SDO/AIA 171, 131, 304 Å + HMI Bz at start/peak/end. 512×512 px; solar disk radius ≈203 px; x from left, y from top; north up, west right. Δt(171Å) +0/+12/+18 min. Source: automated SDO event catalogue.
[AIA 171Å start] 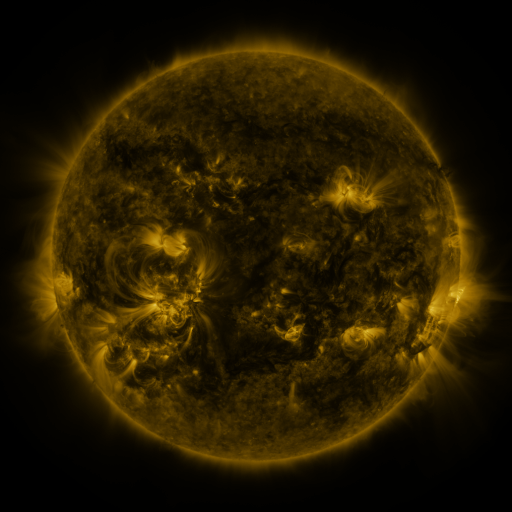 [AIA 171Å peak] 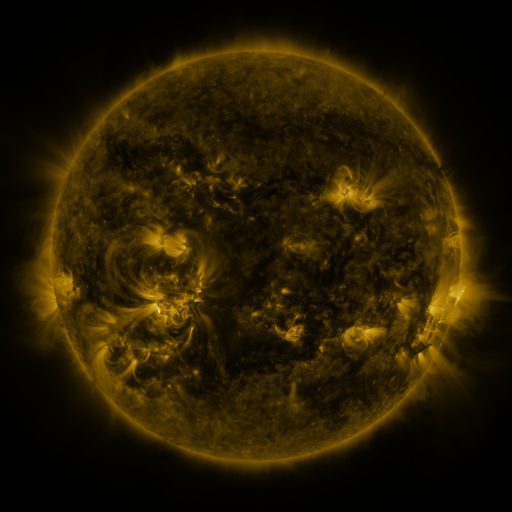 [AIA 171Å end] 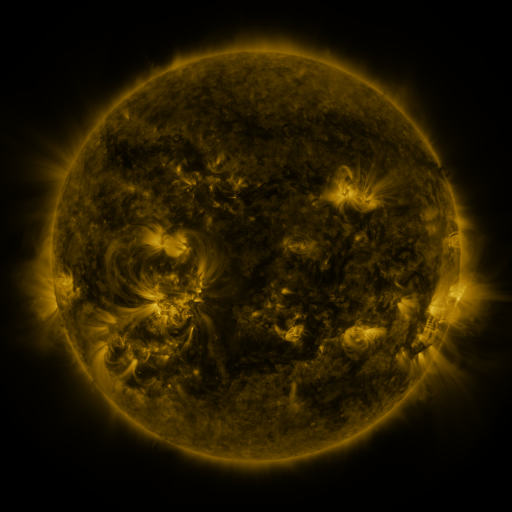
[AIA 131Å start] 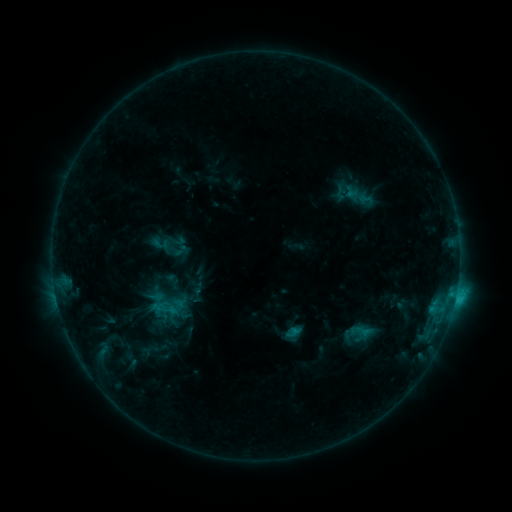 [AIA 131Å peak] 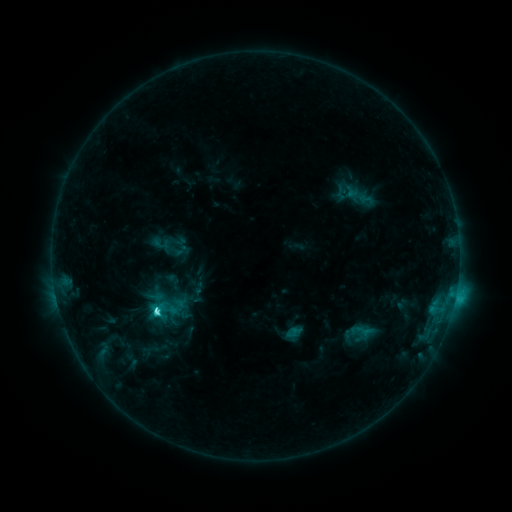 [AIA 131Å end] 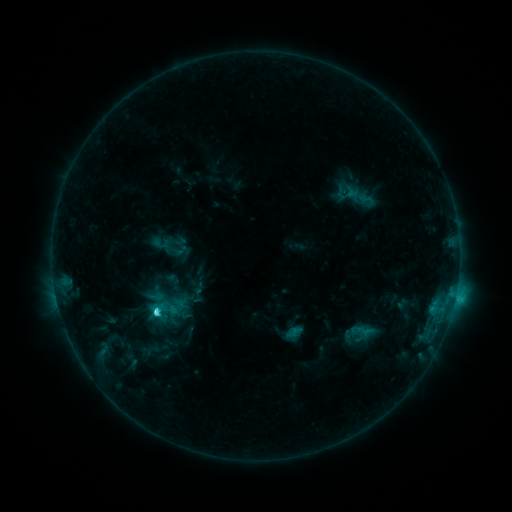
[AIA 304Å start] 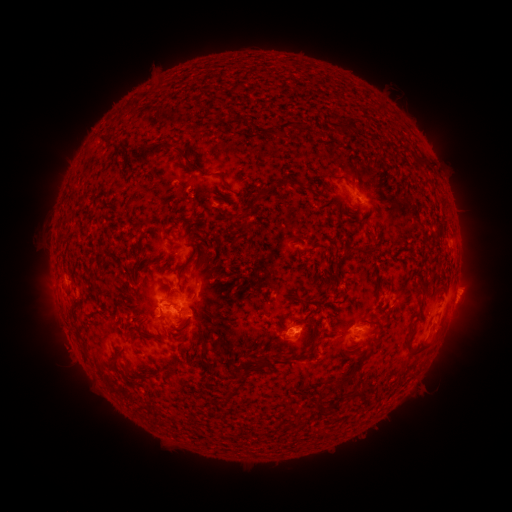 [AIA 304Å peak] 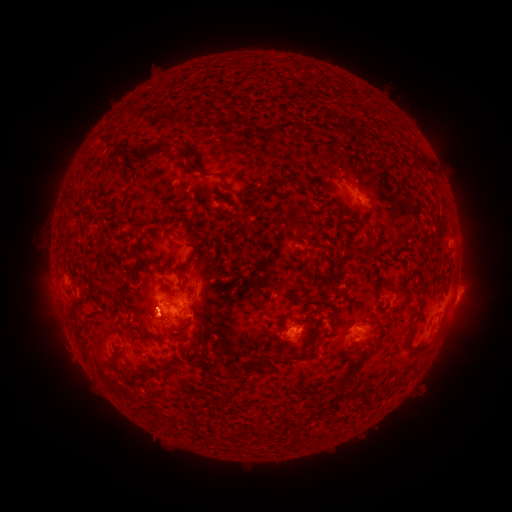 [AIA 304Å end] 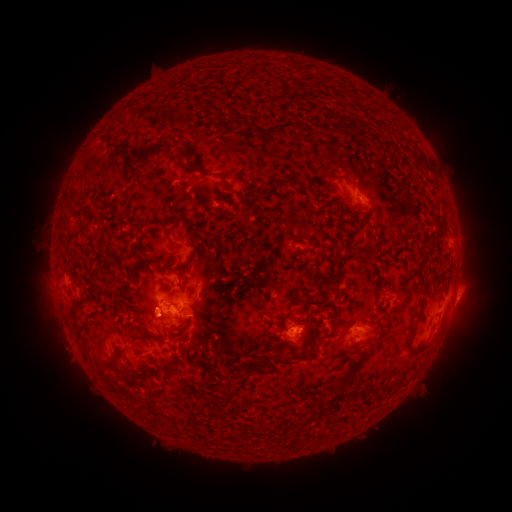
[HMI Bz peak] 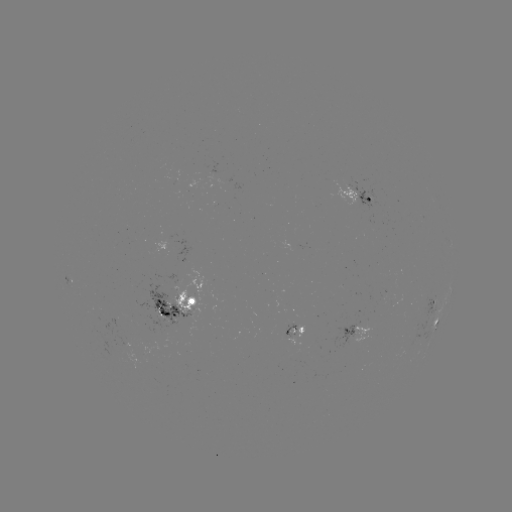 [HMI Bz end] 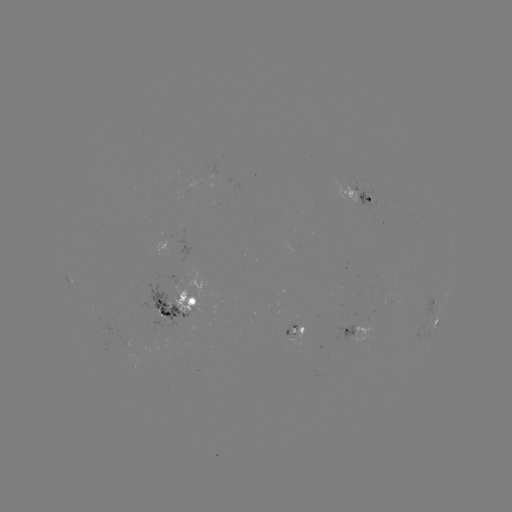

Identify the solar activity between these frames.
C4.1 flare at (159, 309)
